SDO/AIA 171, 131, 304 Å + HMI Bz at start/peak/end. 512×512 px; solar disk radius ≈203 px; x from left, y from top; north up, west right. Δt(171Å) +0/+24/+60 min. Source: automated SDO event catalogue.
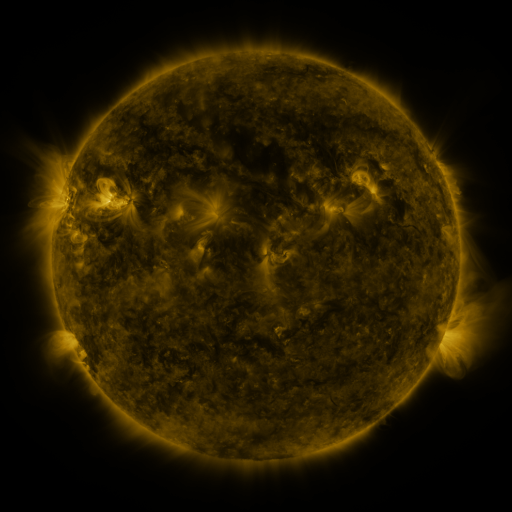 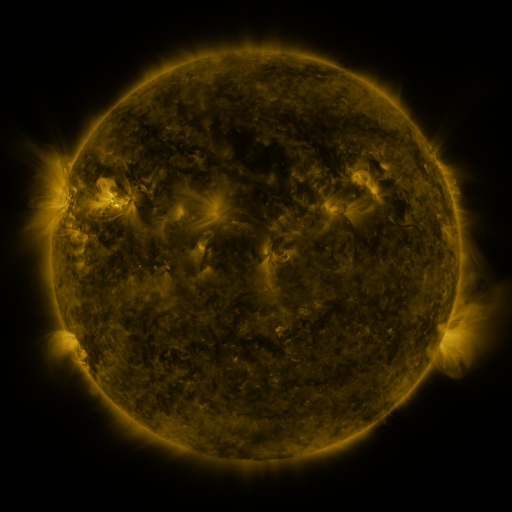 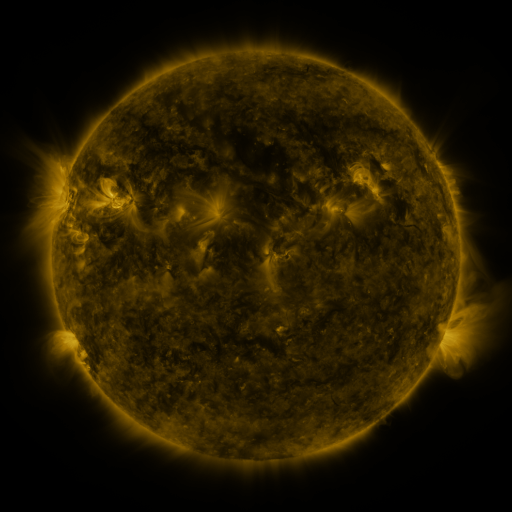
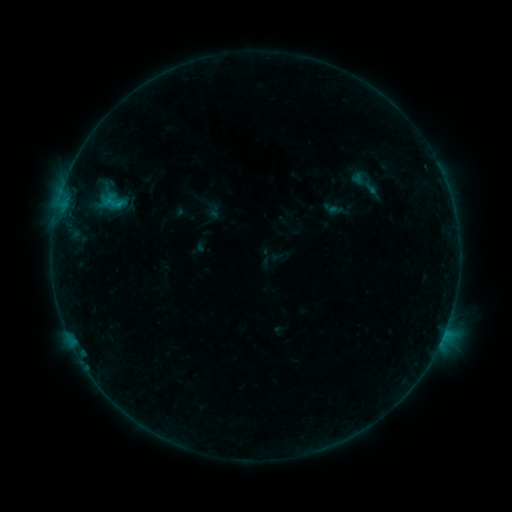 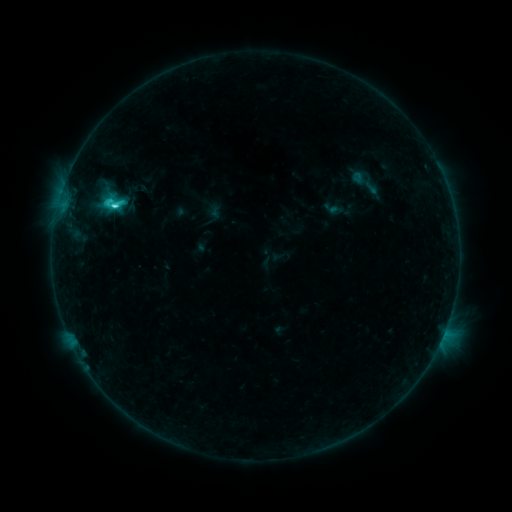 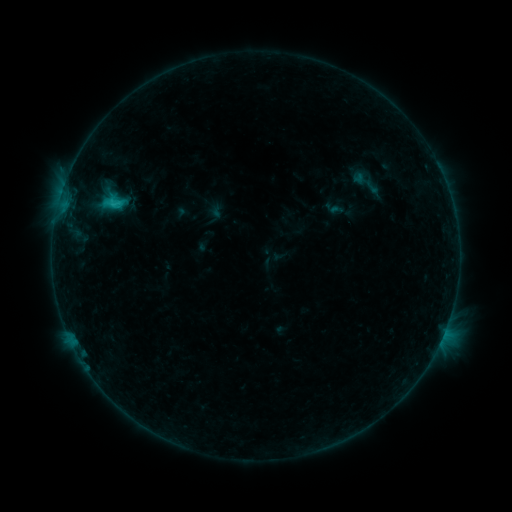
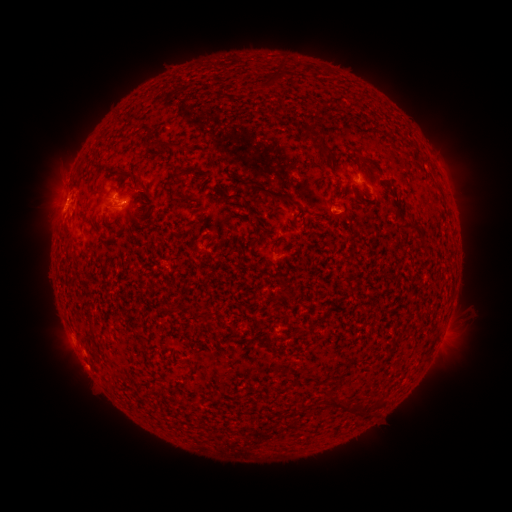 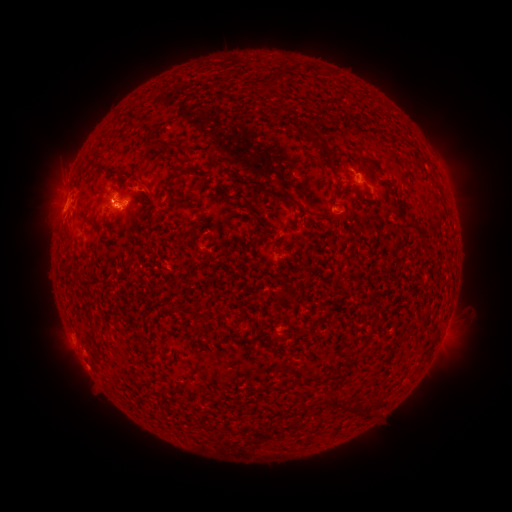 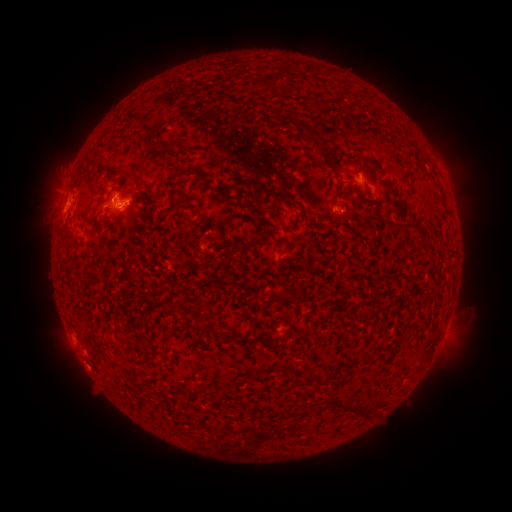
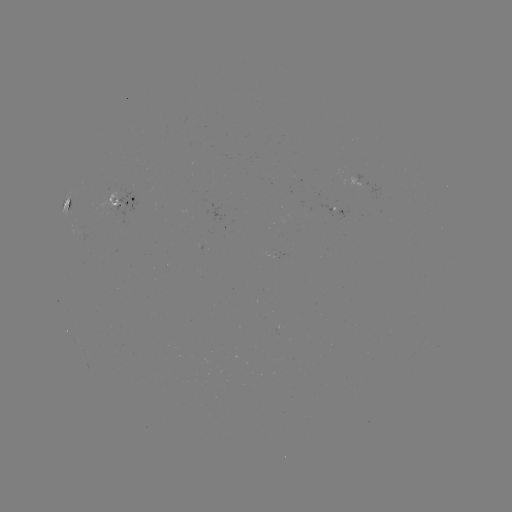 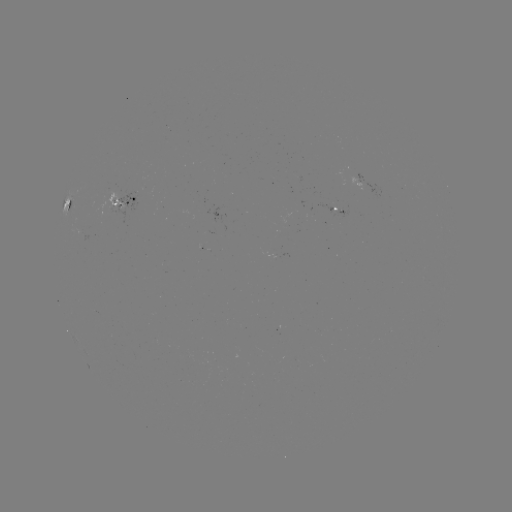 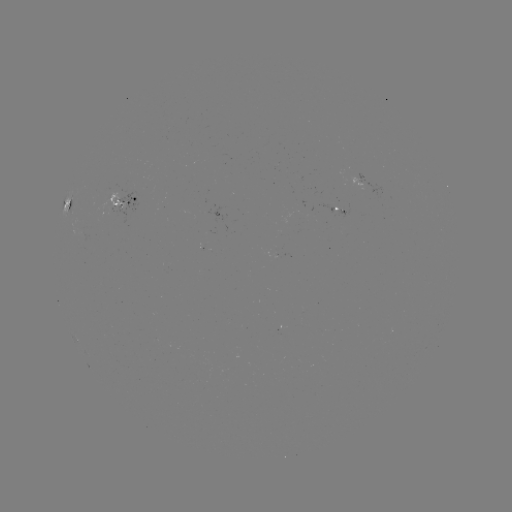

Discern C3.0 flare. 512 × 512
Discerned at (115, 209).